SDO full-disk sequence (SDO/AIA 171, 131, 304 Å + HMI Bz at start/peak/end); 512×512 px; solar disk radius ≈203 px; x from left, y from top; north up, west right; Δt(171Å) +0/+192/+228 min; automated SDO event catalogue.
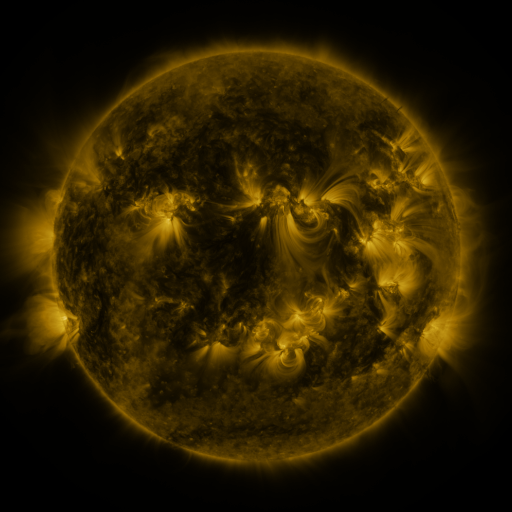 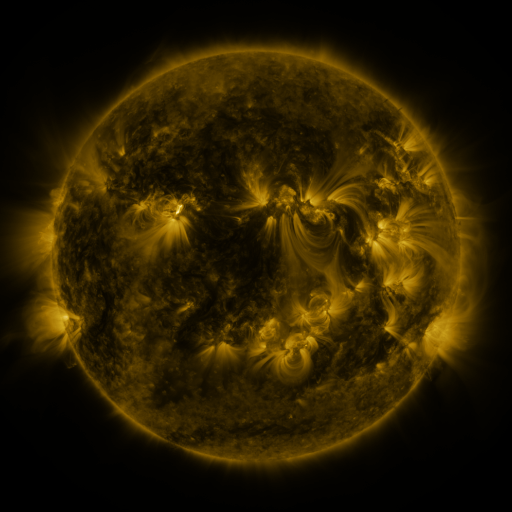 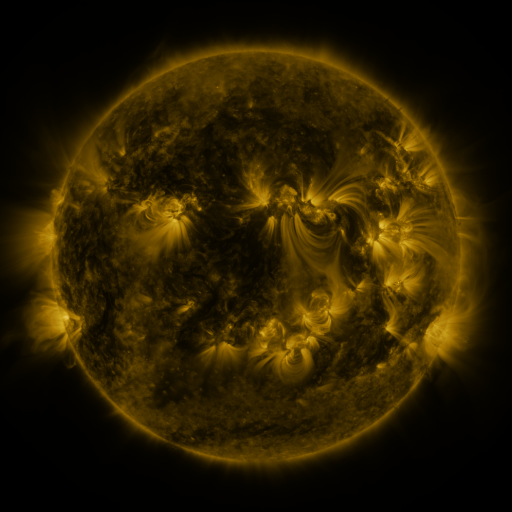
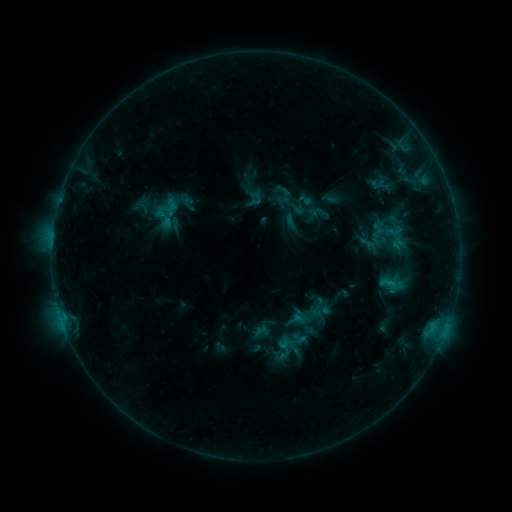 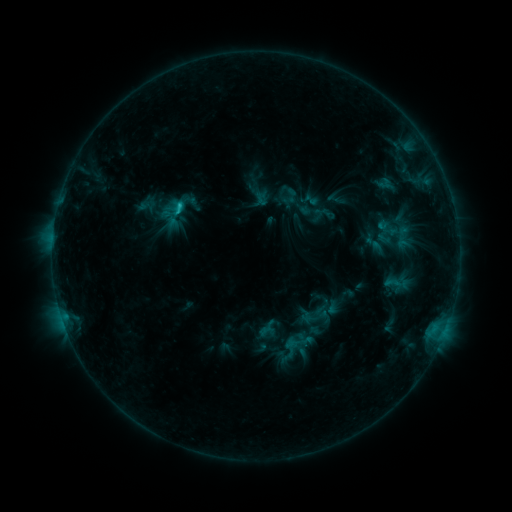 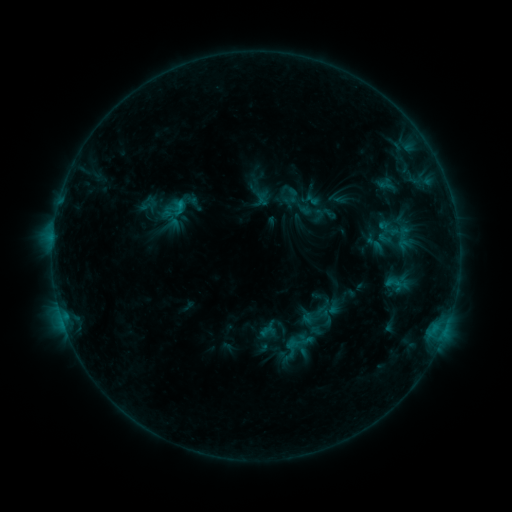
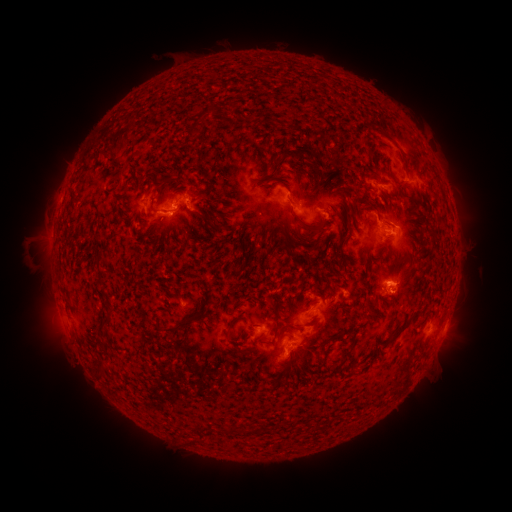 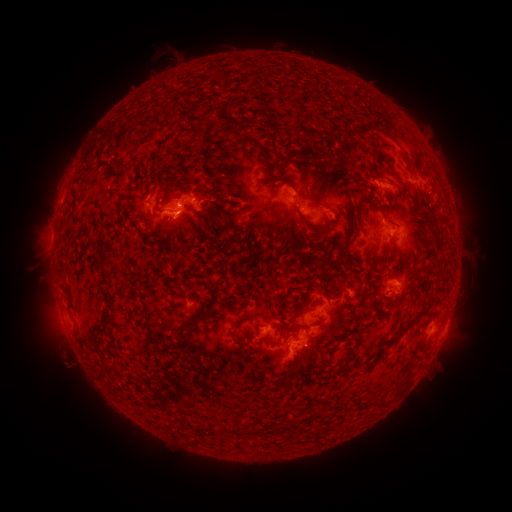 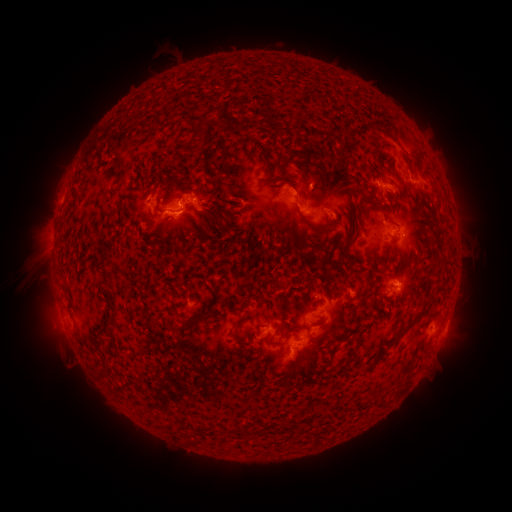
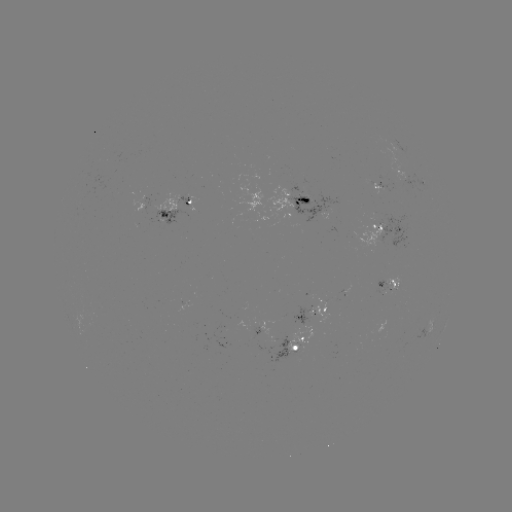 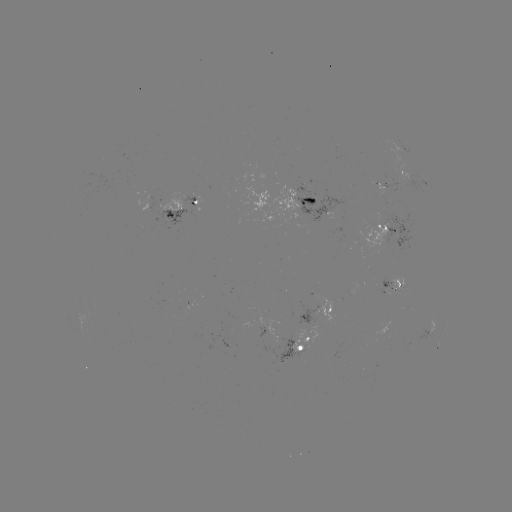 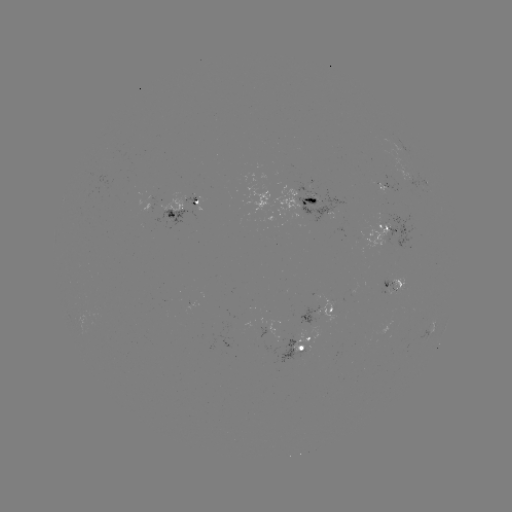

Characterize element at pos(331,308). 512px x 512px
emerging-flux region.